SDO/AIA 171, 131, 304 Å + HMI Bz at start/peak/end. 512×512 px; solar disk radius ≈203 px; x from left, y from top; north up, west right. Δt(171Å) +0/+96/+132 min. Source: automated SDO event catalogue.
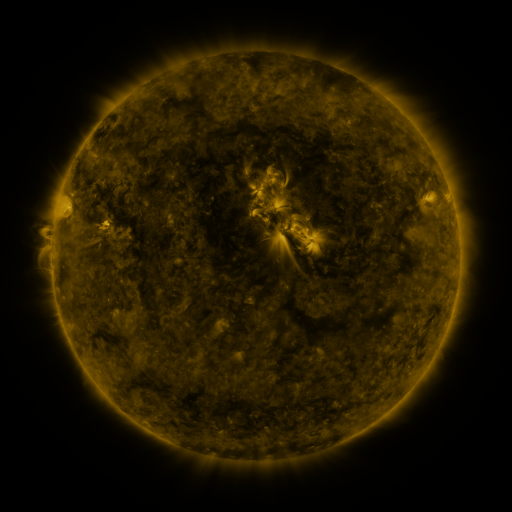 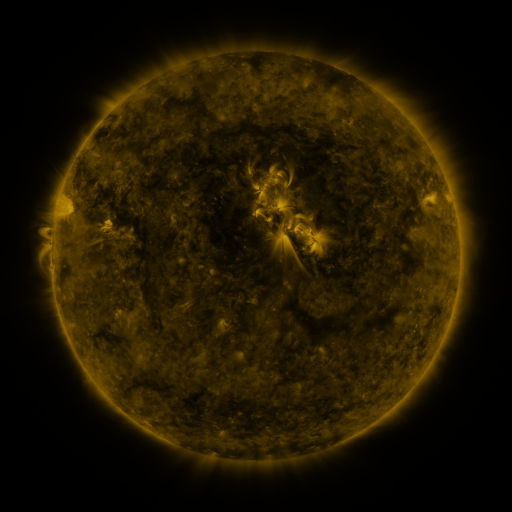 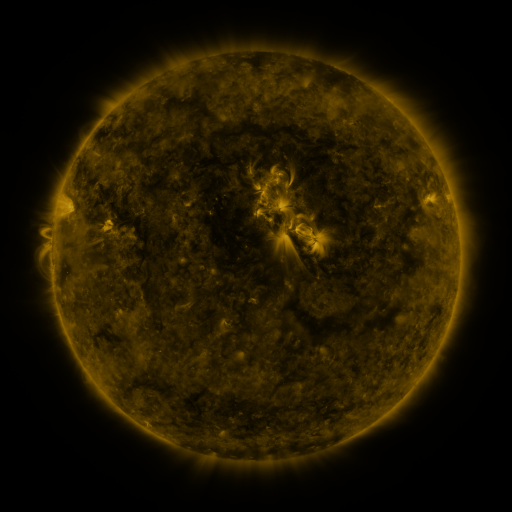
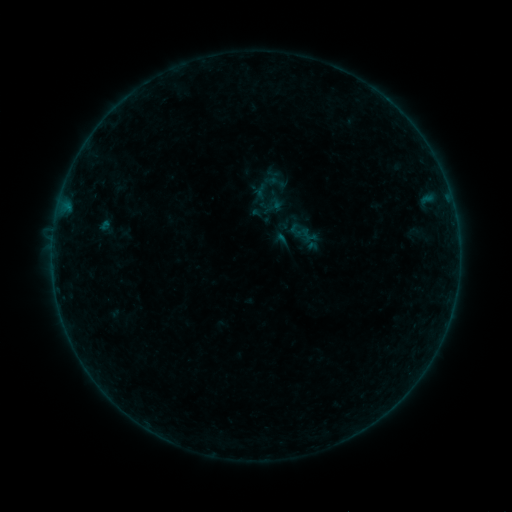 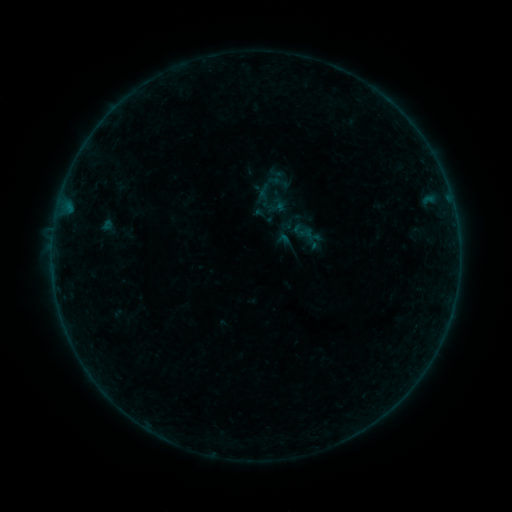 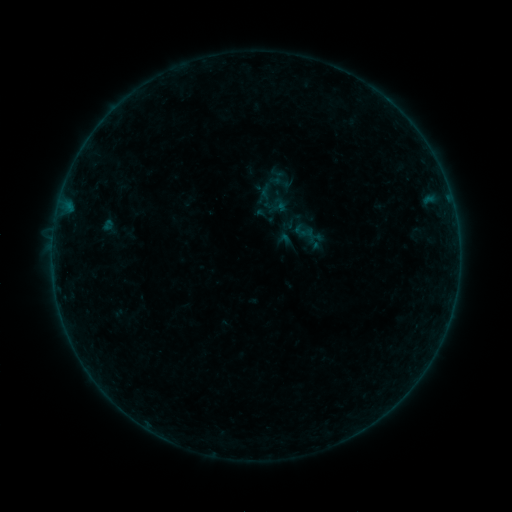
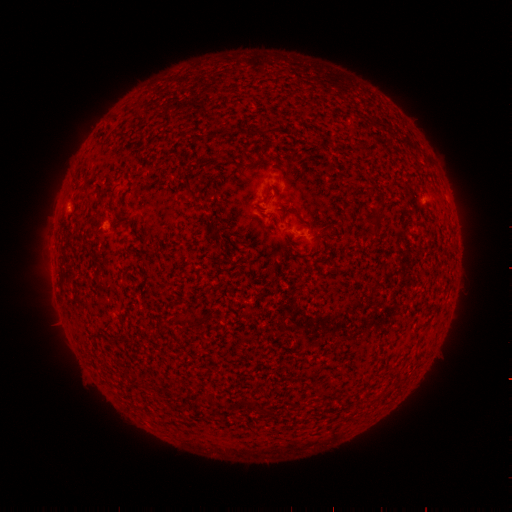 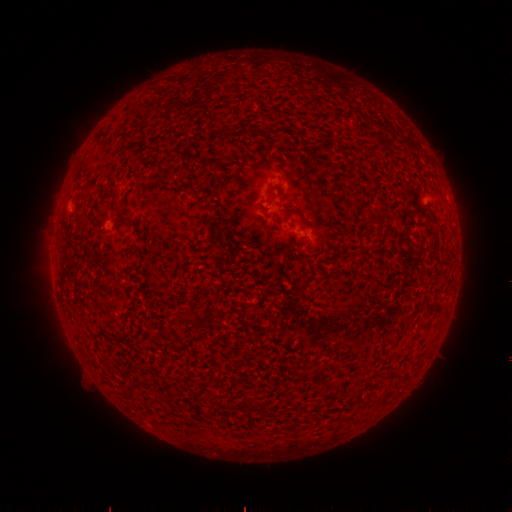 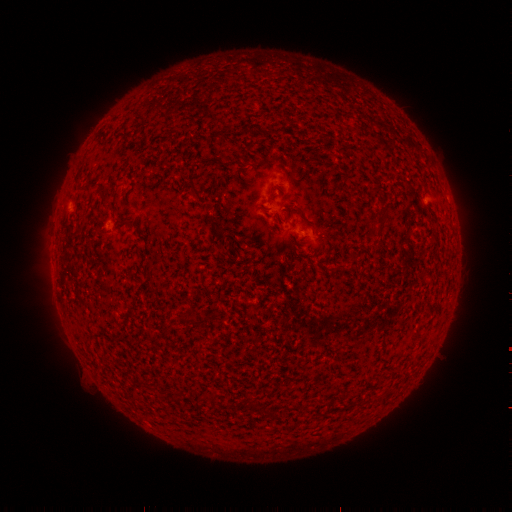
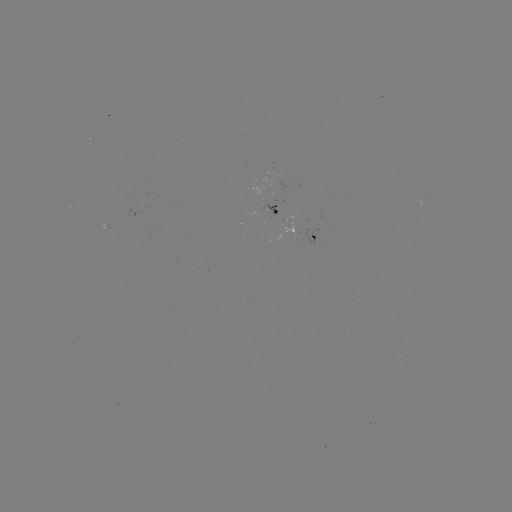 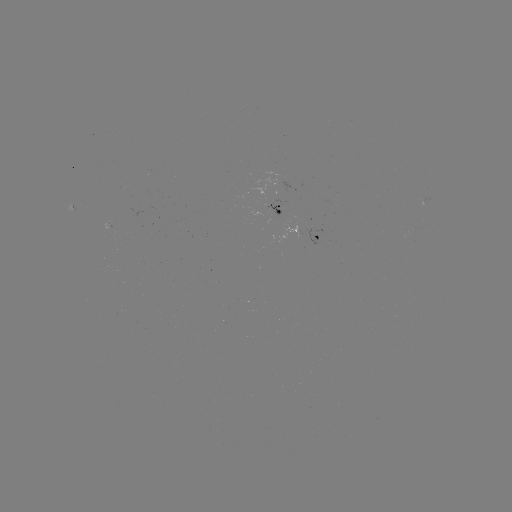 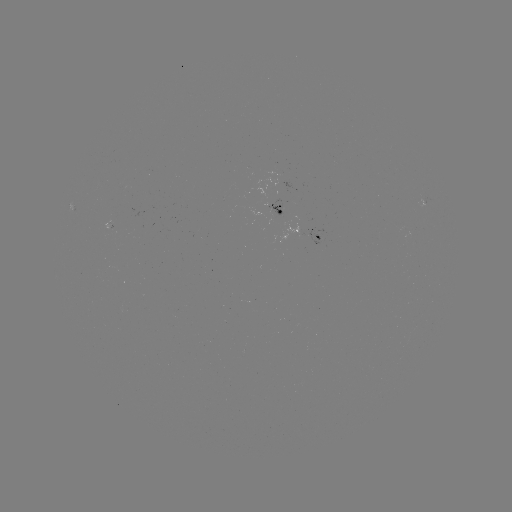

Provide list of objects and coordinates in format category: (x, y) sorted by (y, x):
emerging-flux region: (310, 238)
